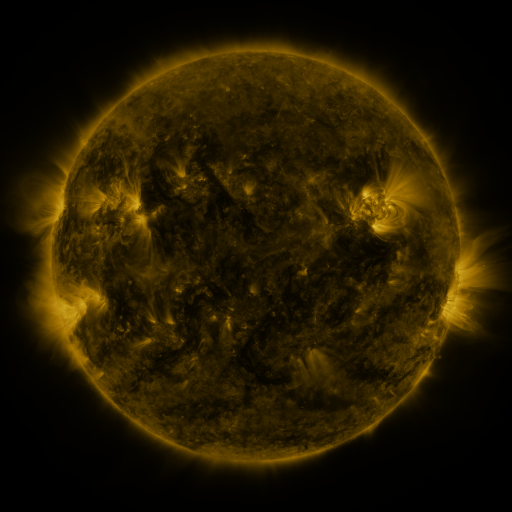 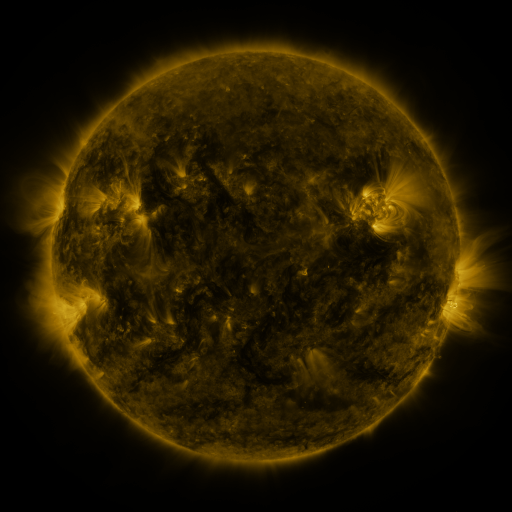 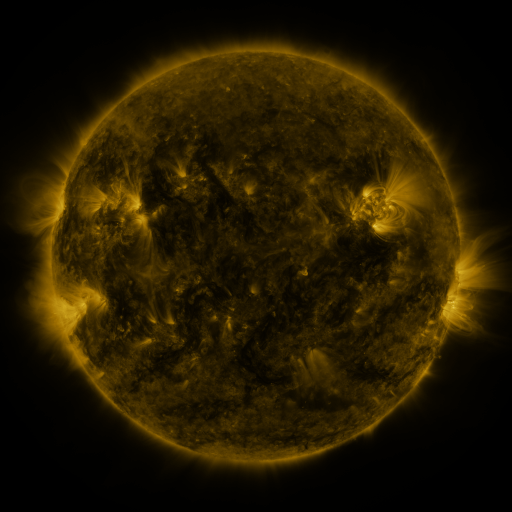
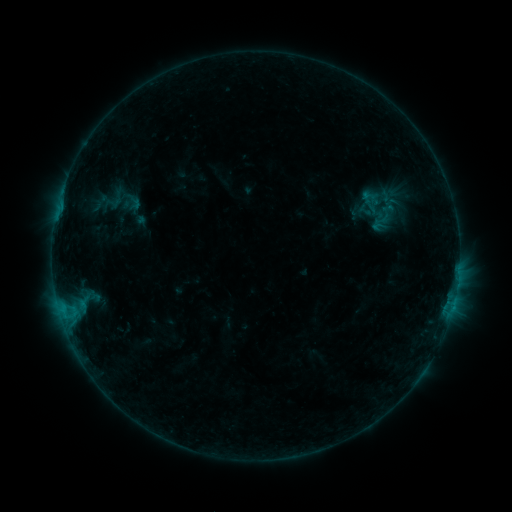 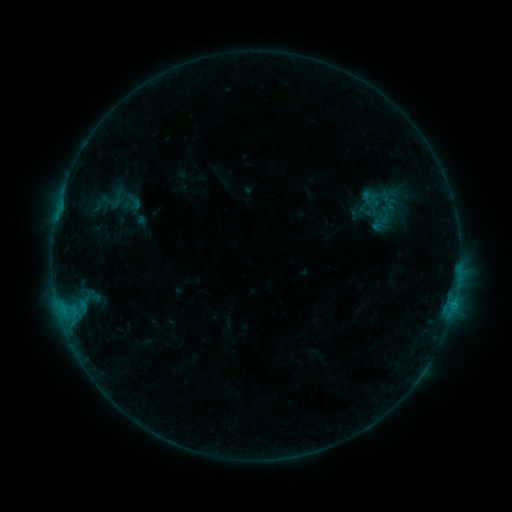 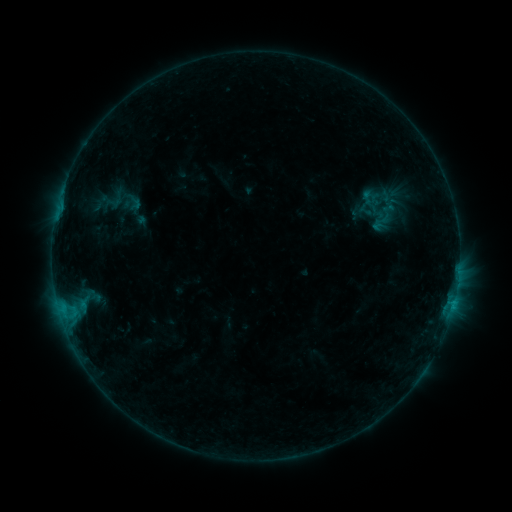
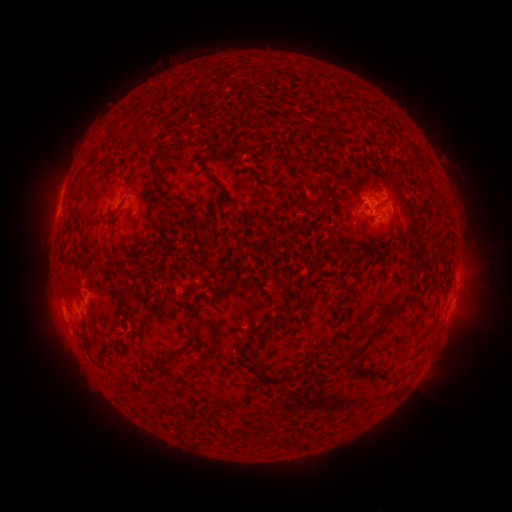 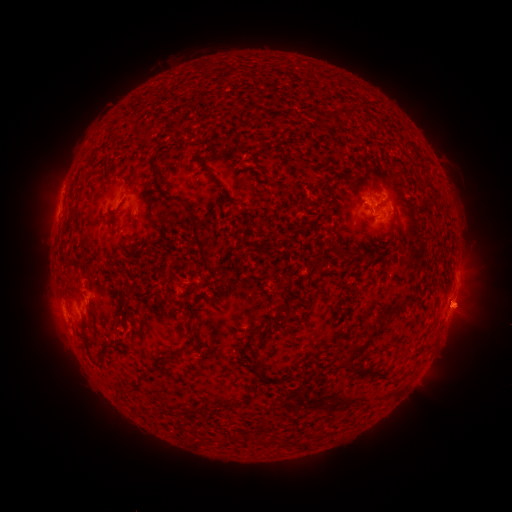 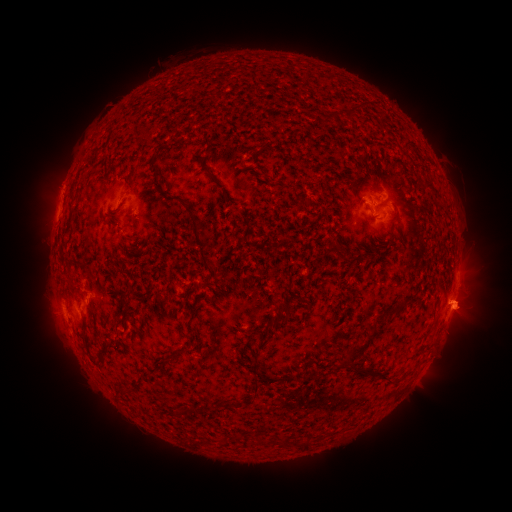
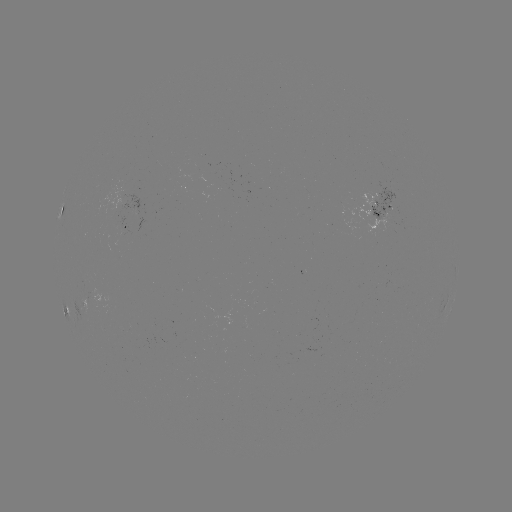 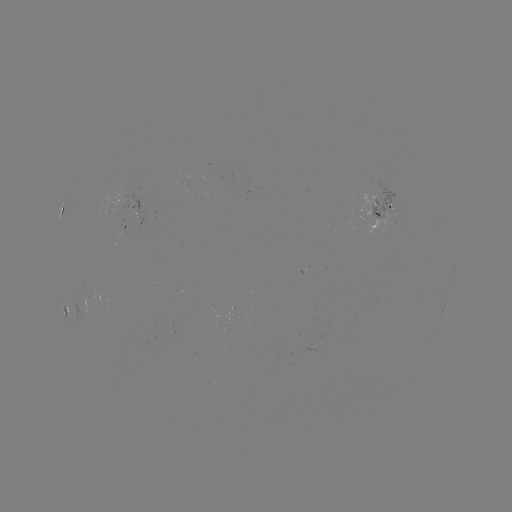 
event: flare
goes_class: B4.5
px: (453, 301)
